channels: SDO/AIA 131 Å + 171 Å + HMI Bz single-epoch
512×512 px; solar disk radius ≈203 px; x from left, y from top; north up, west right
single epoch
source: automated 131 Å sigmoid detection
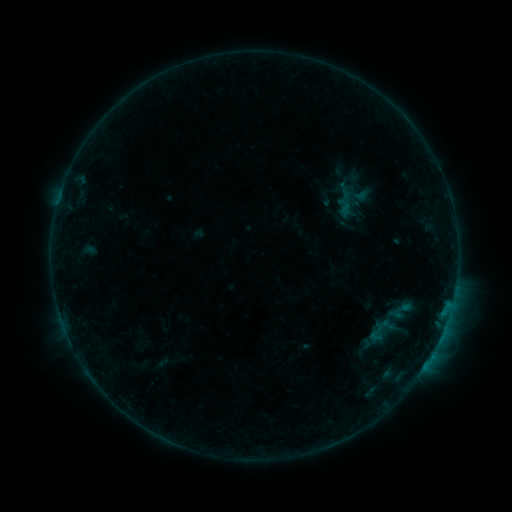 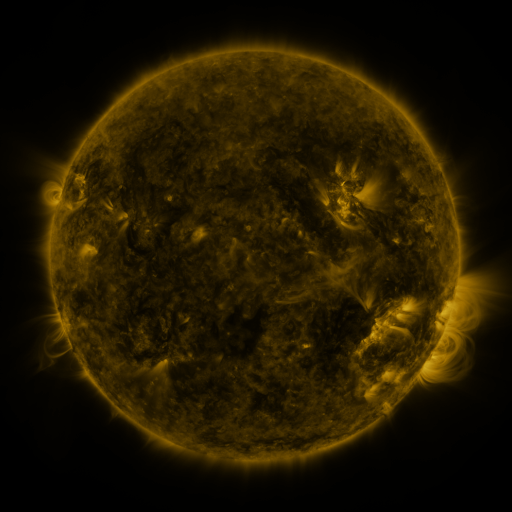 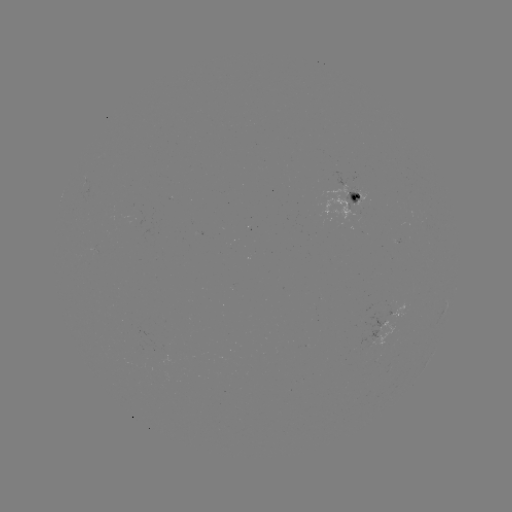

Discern sigmoid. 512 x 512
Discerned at [377, 332].